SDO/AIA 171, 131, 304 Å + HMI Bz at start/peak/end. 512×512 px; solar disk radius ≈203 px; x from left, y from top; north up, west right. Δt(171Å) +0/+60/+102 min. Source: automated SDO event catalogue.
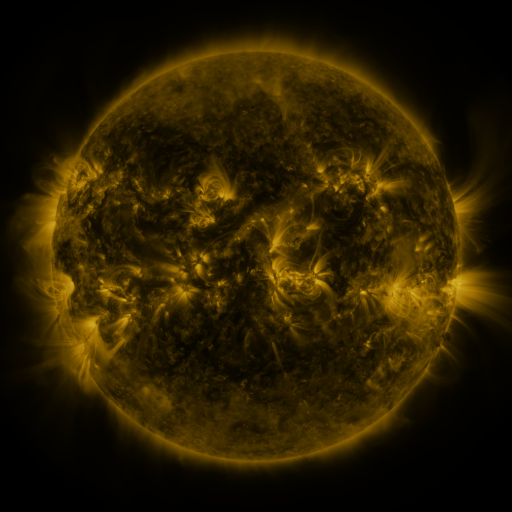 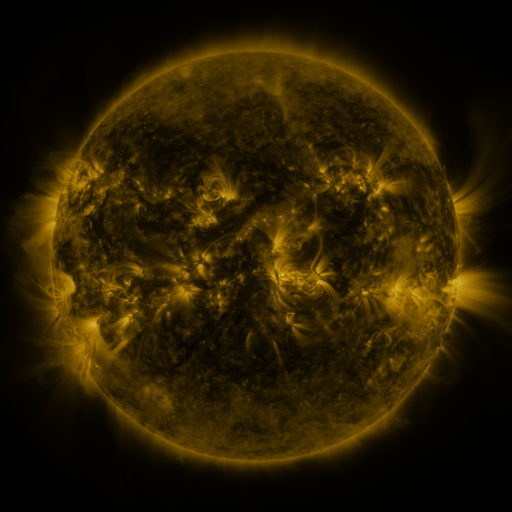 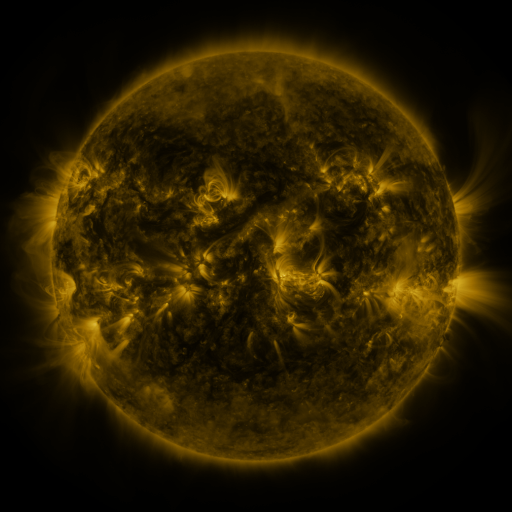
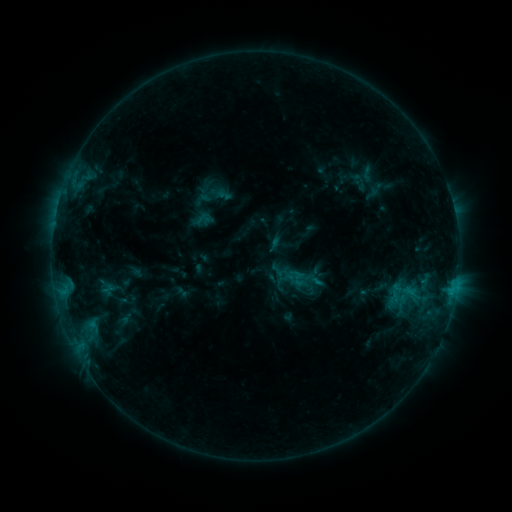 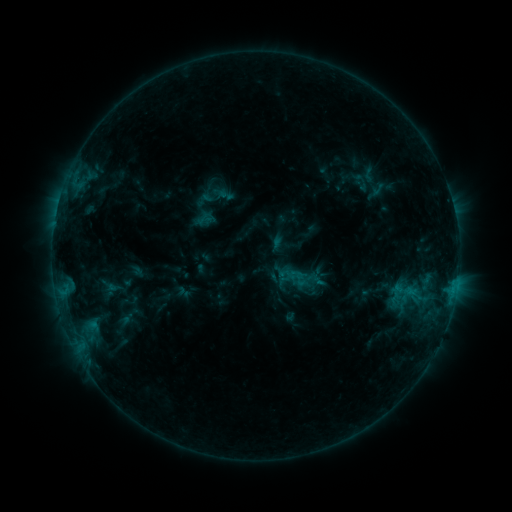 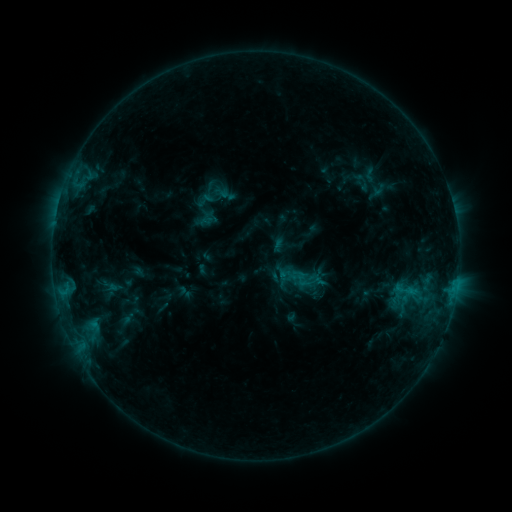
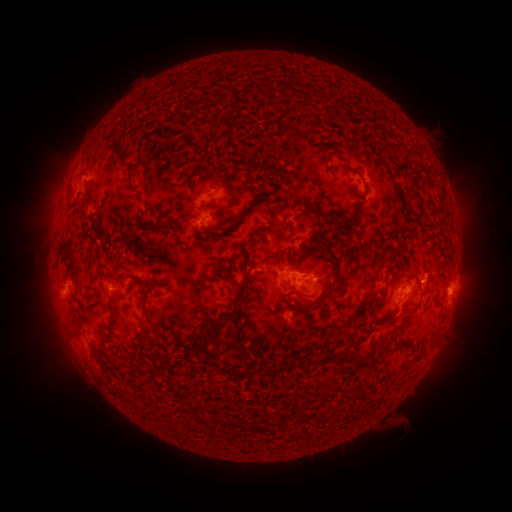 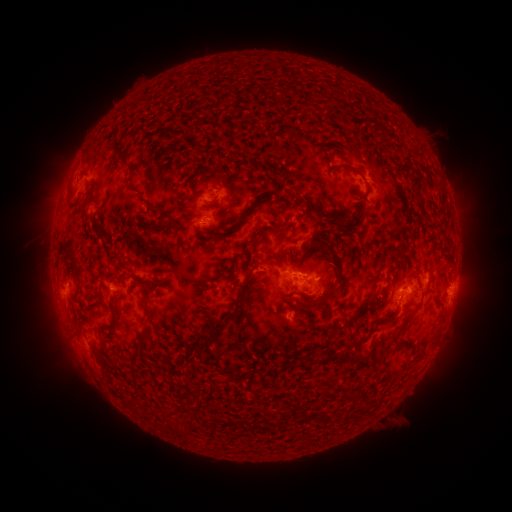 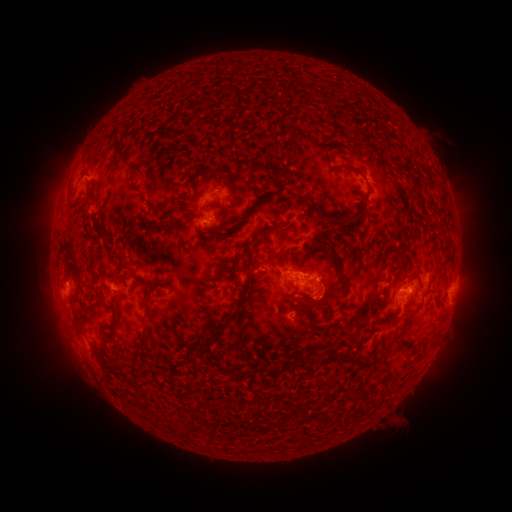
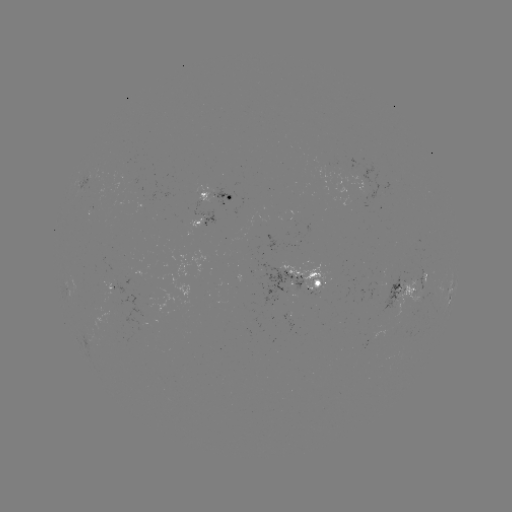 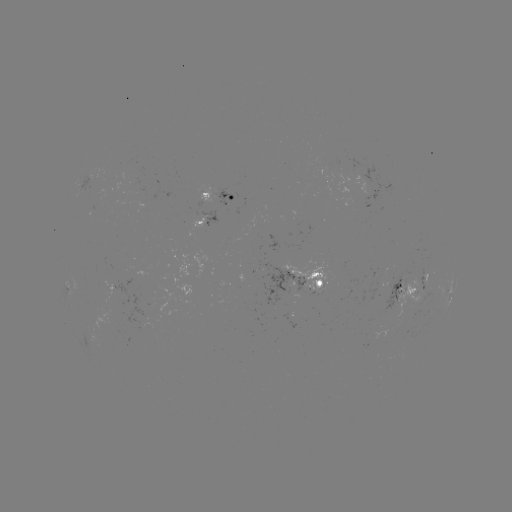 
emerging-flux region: (260, 263, 304, 306)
